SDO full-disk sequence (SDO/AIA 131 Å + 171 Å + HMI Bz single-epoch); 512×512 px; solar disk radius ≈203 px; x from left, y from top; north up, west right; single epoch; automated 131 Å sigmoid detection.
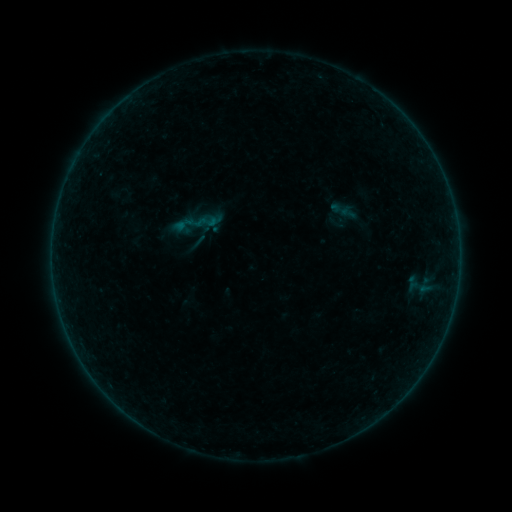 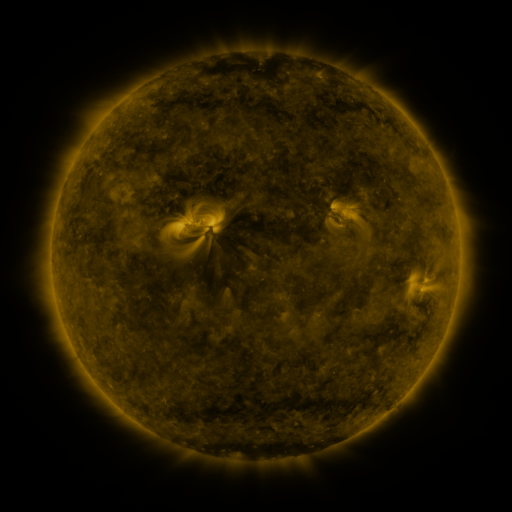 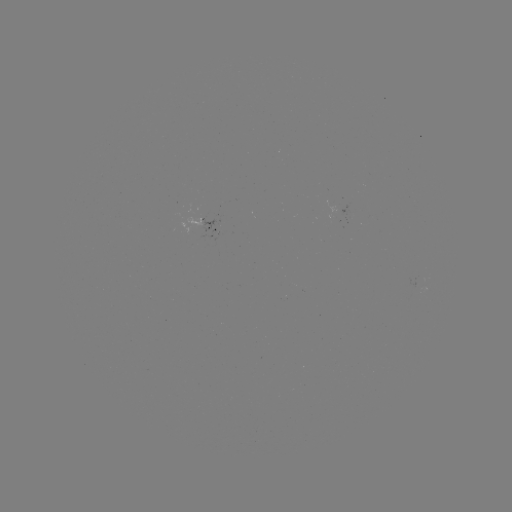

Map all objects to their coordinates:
sigmoid: (342, 210)
sigmoid: (195, 223)
